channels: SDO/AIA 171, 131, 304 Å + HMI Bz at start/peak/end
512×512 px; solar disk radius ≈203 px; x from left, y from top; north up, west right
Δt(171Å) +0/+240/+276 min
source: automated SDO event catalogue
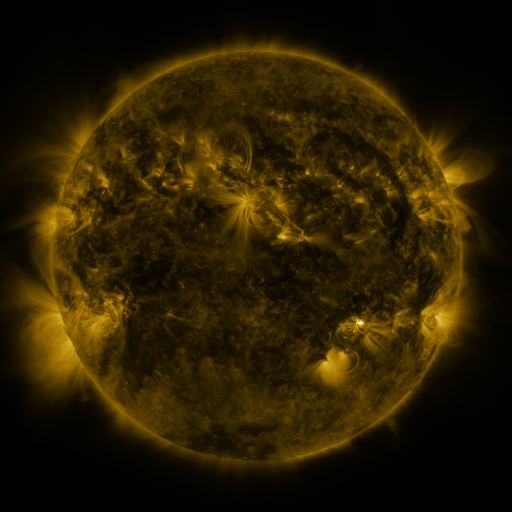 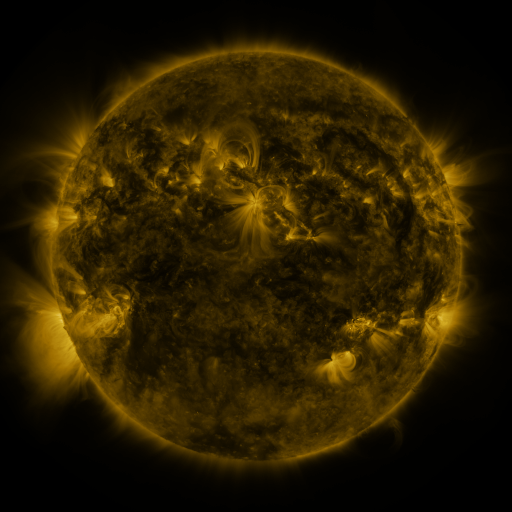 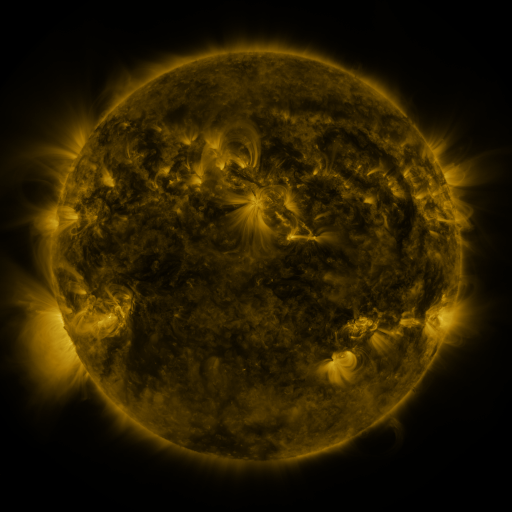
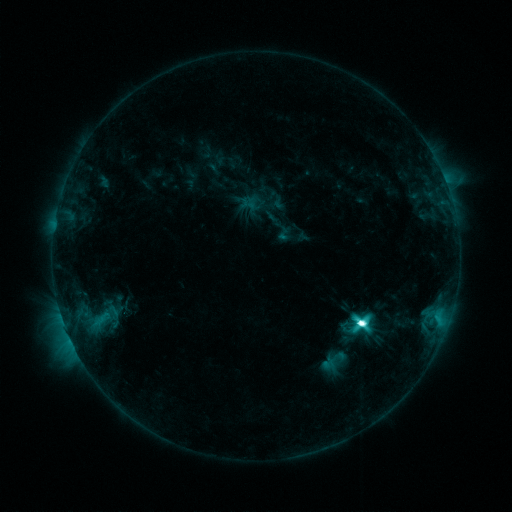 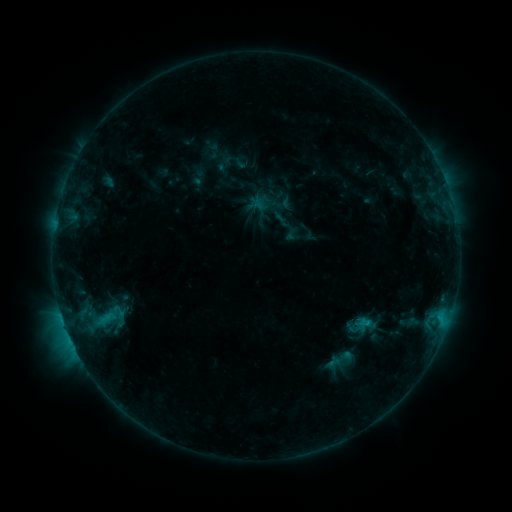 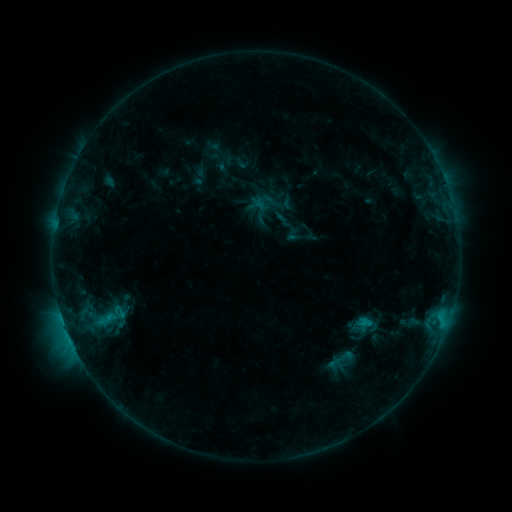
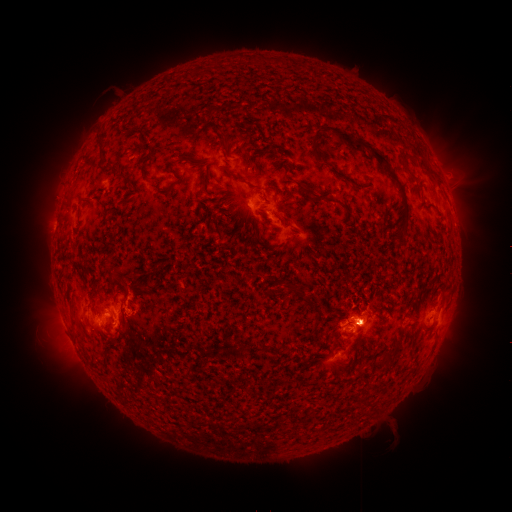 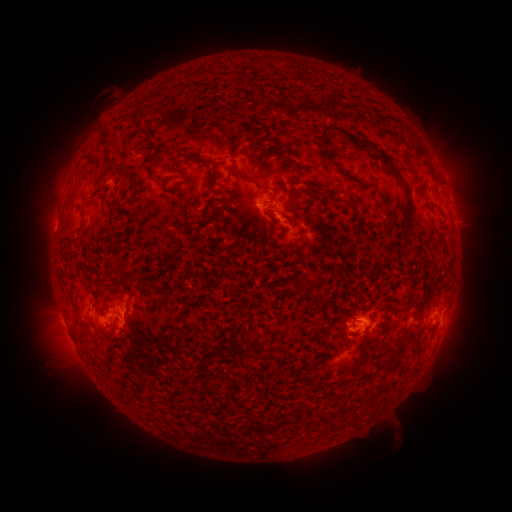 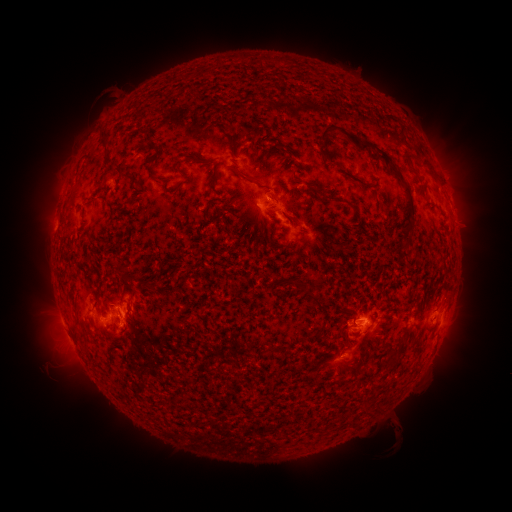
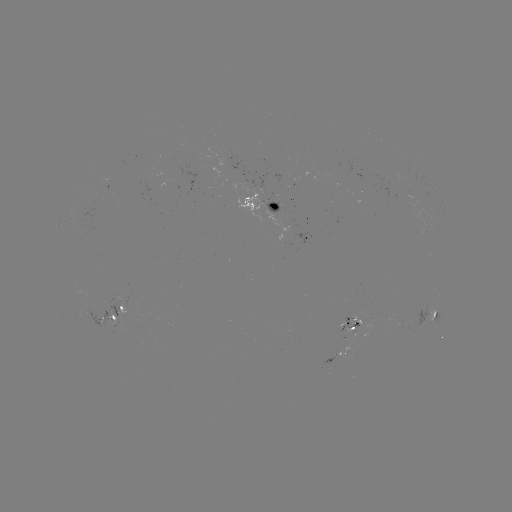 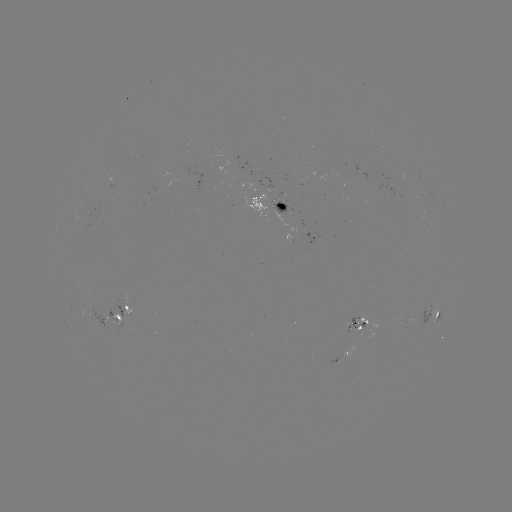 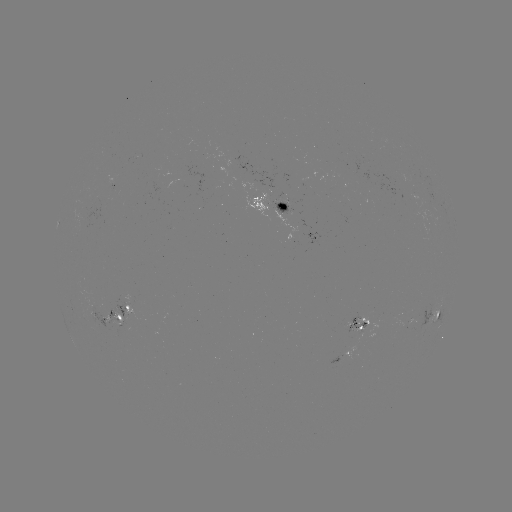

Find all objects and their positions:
emerging-flux region: (284, 206)
